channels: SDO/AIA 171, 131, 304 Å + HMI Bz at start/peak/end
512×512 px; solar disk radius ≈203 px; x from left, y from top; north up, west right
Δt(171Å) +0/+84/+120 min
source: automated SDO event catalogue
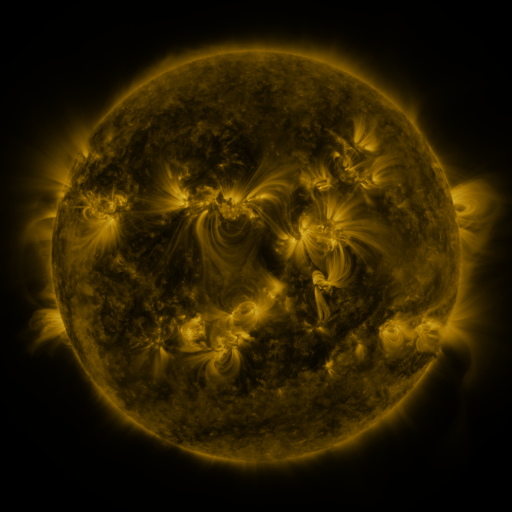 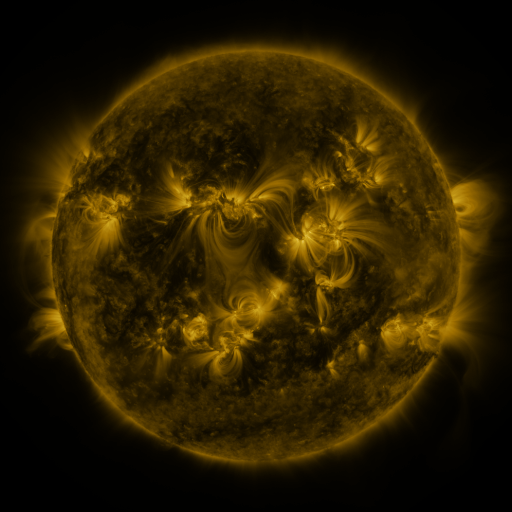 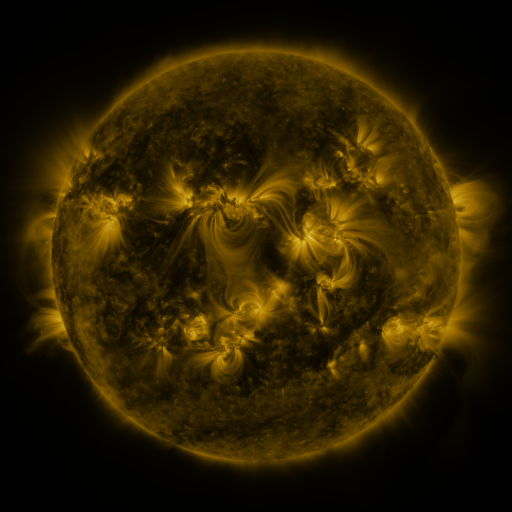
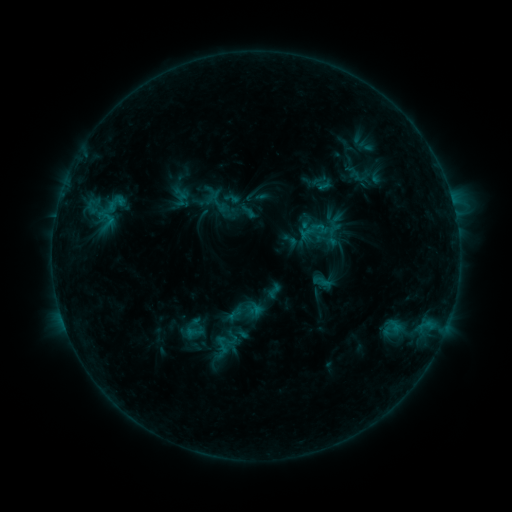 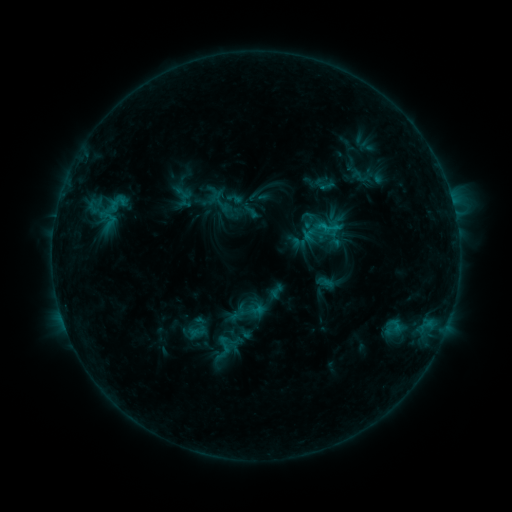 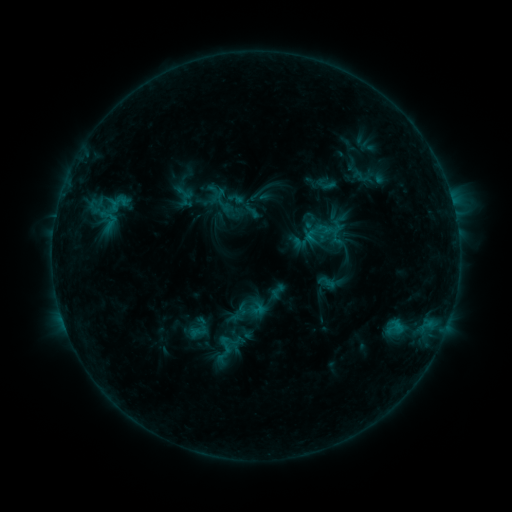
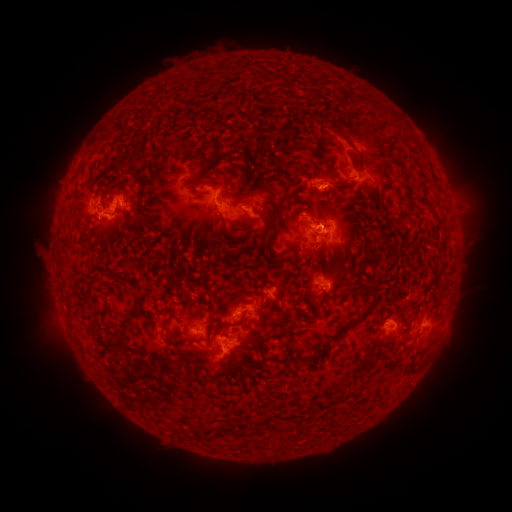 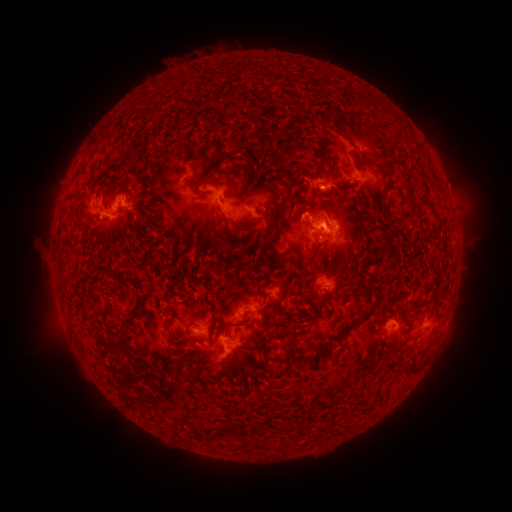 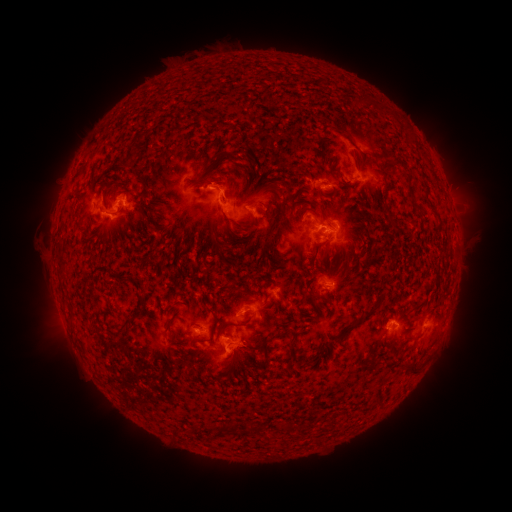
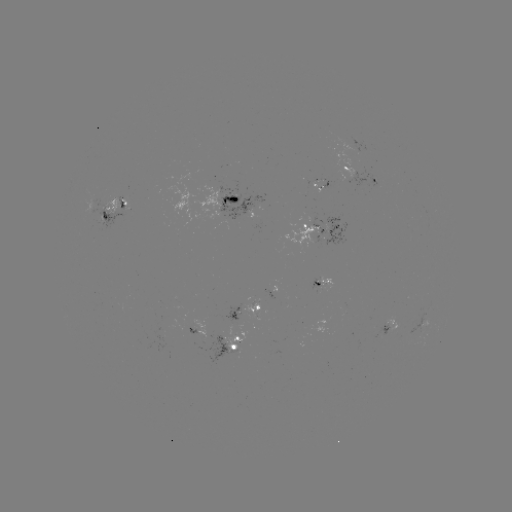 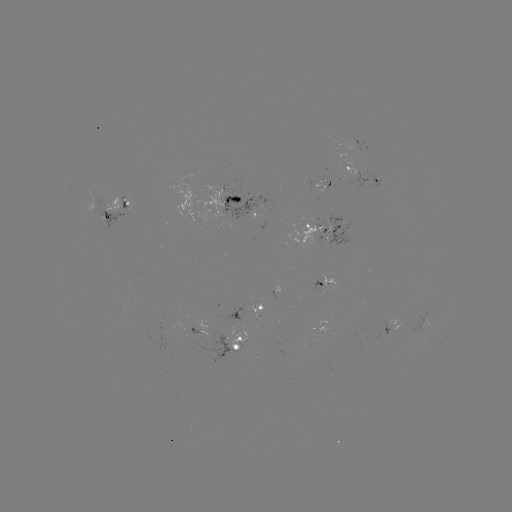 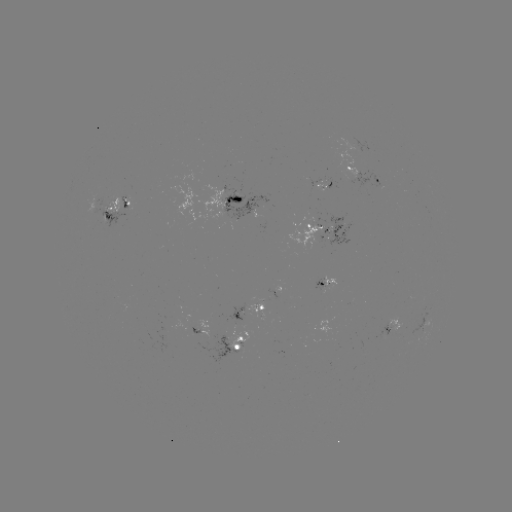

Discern emerging-flux region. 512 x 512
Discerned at [324, 224].